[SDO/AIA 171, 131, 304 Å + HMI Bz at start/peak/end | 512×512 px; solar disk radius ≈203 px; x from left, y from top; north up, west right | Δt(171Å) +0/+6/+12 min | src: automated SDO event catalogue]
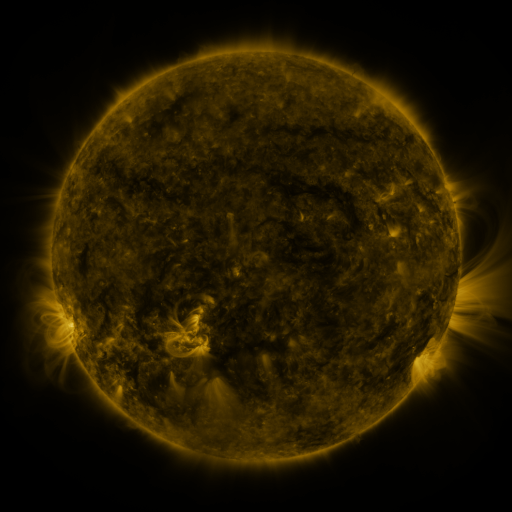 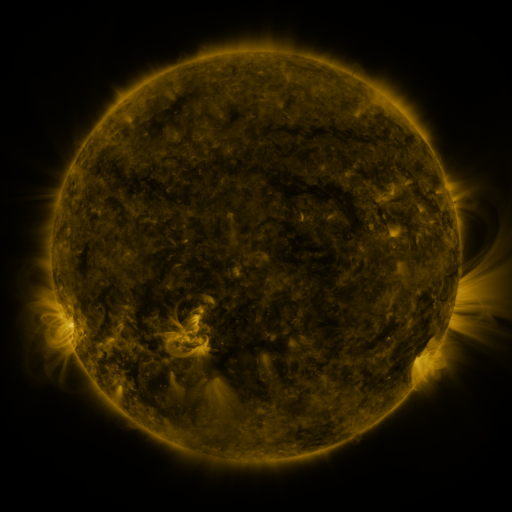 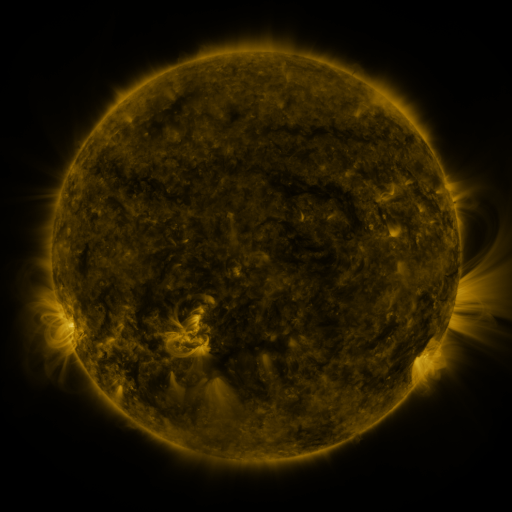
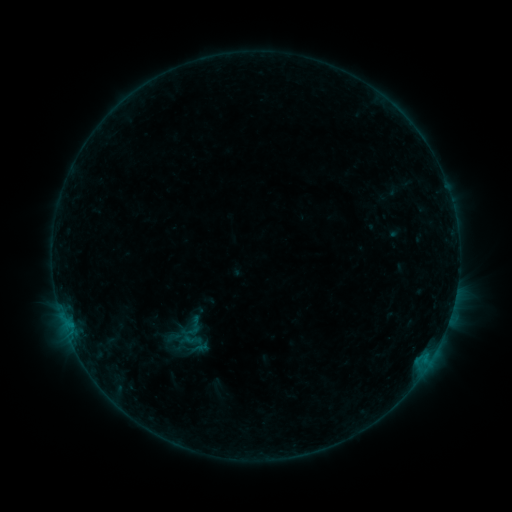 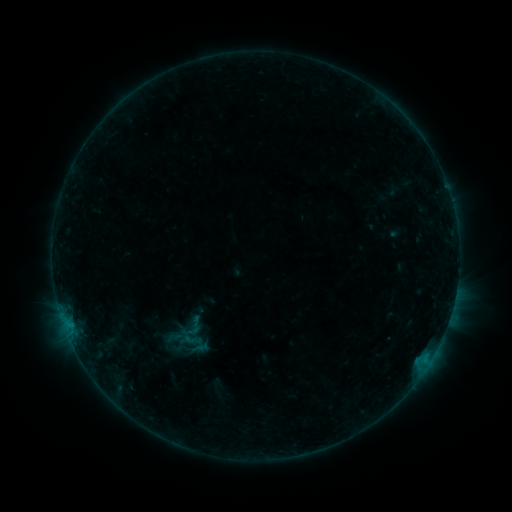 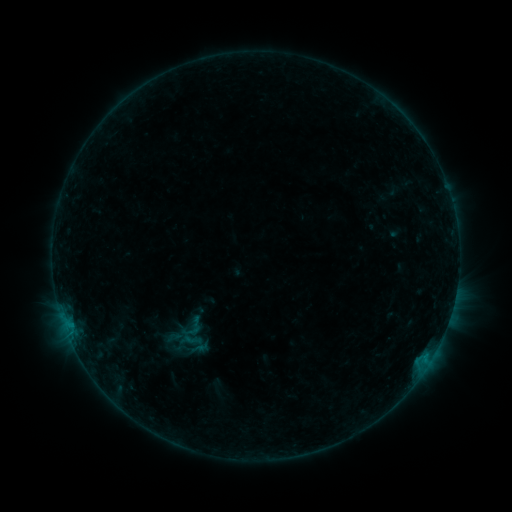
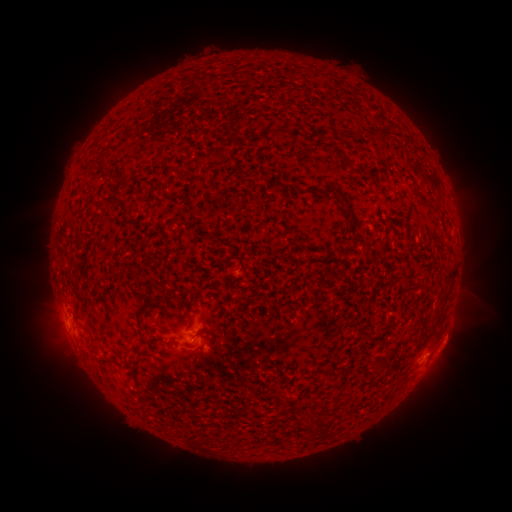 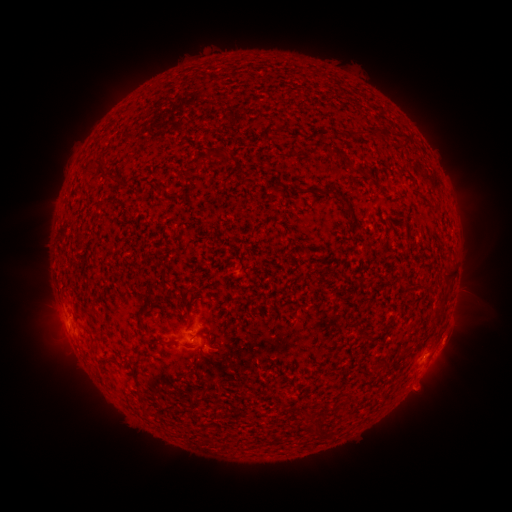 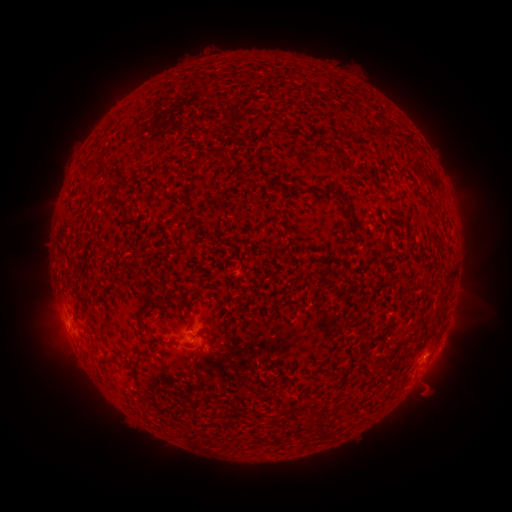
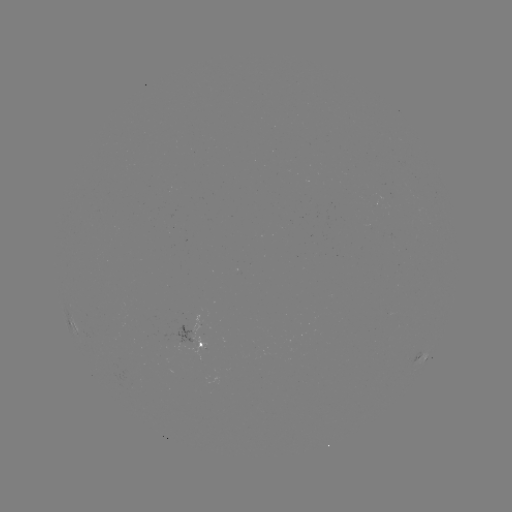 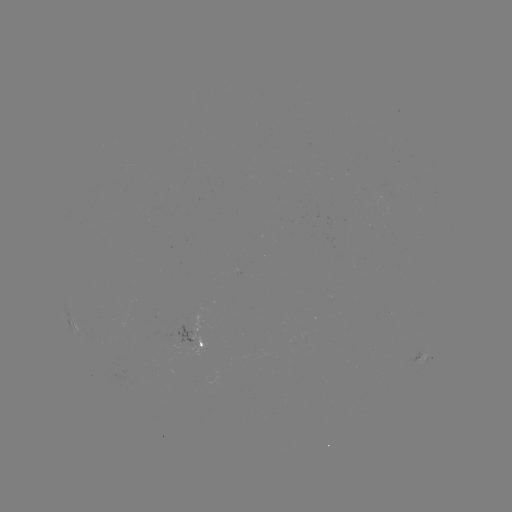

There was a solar eruption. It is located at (429, 390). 